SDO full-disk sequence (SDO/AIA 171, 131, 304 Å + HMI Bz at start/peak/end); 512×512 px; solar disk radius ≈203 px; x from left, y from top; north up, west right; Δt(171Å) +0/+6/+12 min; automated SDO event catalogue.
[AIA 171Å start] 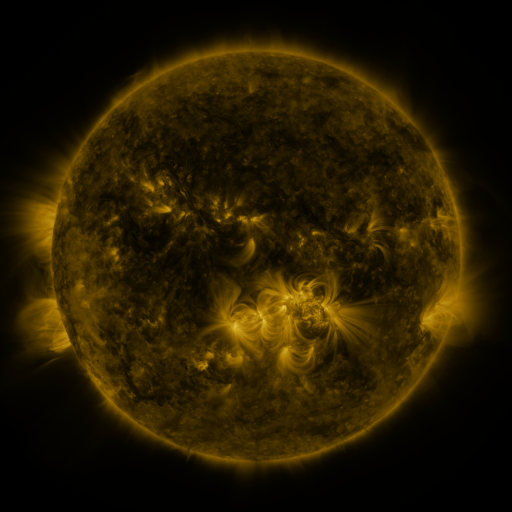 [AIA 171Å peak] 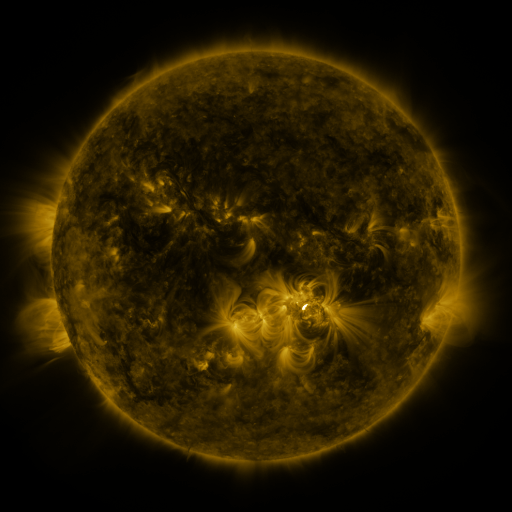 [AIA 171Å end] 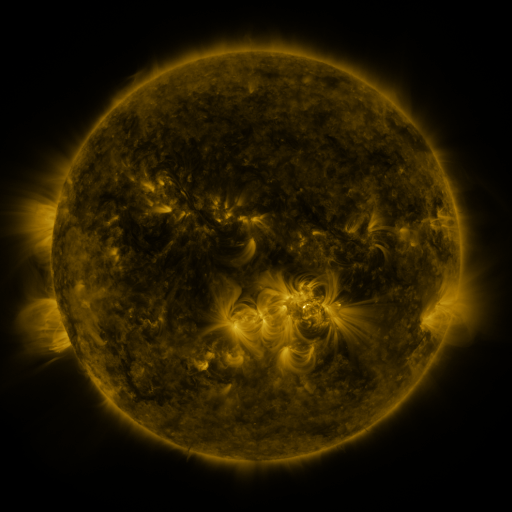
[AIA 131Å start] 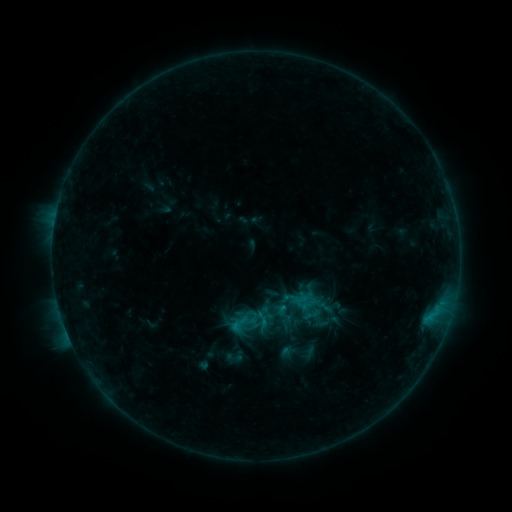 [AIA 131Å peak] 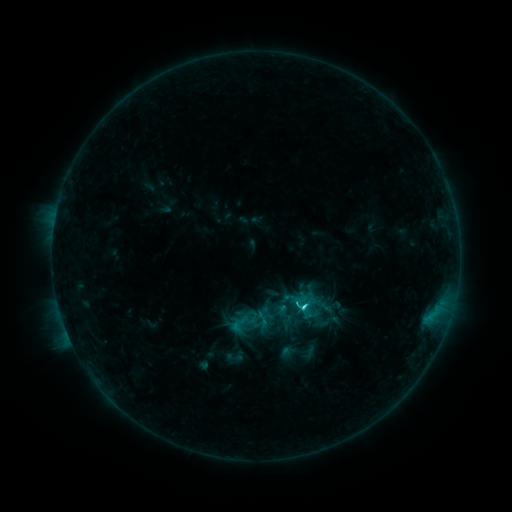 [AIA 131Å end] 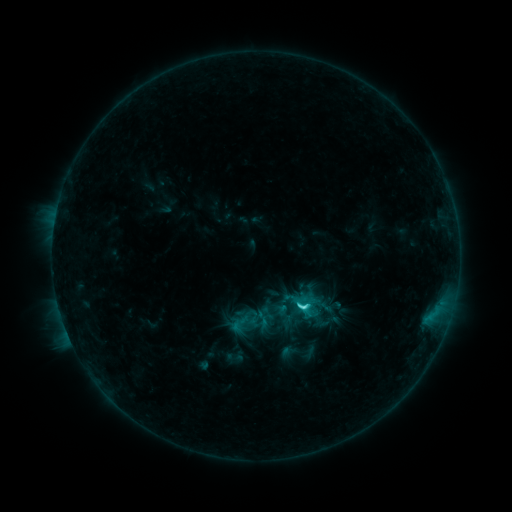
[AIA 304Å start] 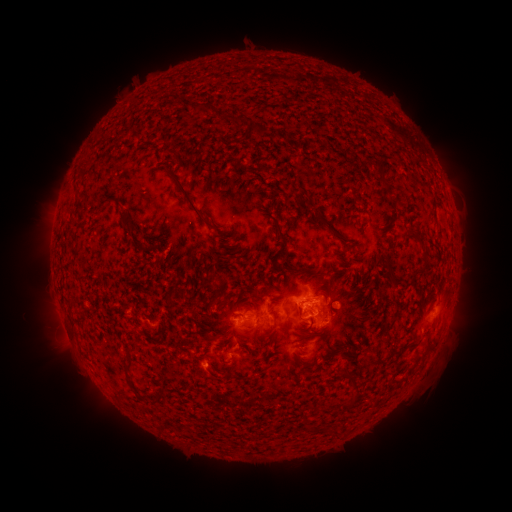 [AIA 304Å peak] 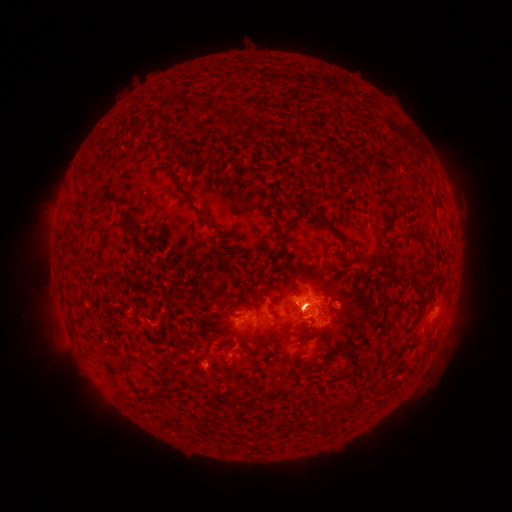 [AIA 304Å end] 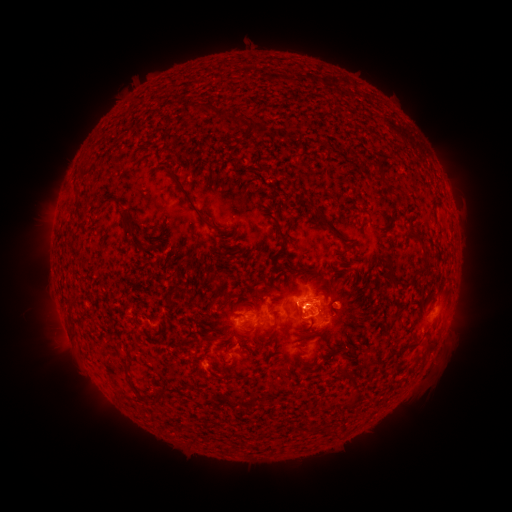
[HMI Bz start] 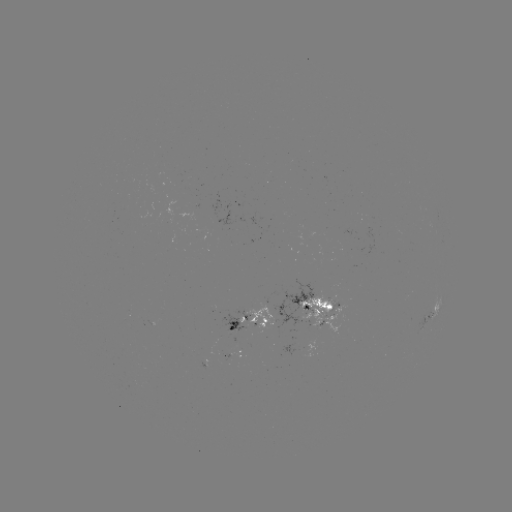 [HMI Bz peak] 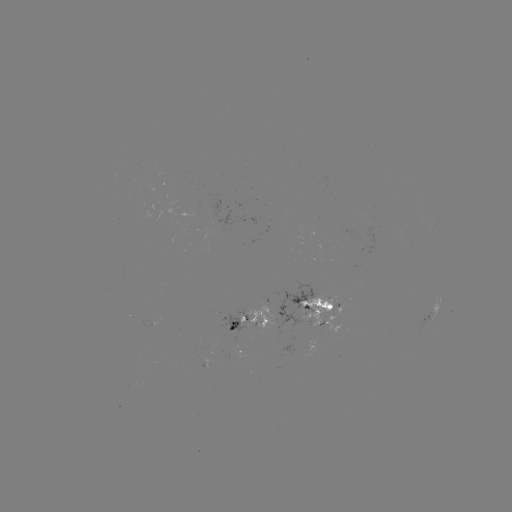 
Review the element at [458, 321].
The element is eruption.